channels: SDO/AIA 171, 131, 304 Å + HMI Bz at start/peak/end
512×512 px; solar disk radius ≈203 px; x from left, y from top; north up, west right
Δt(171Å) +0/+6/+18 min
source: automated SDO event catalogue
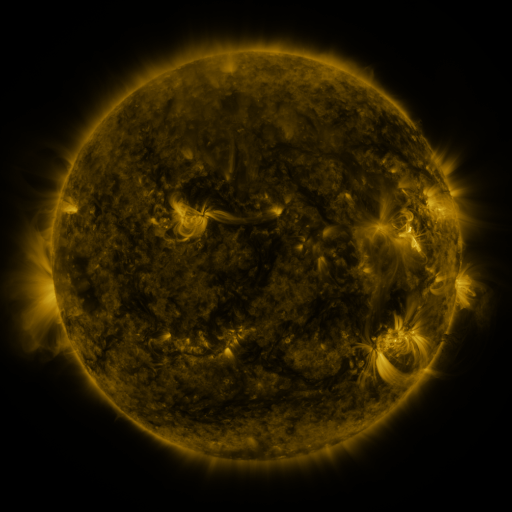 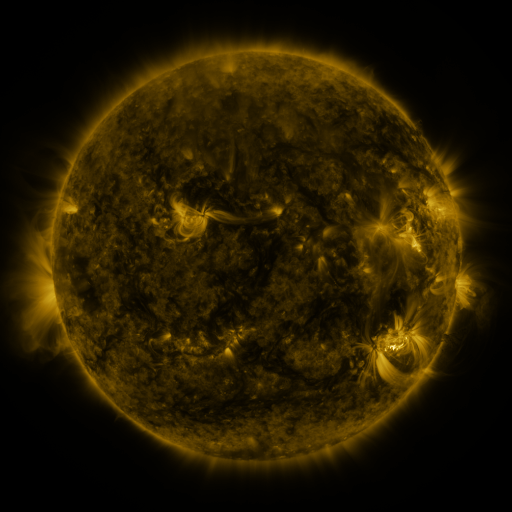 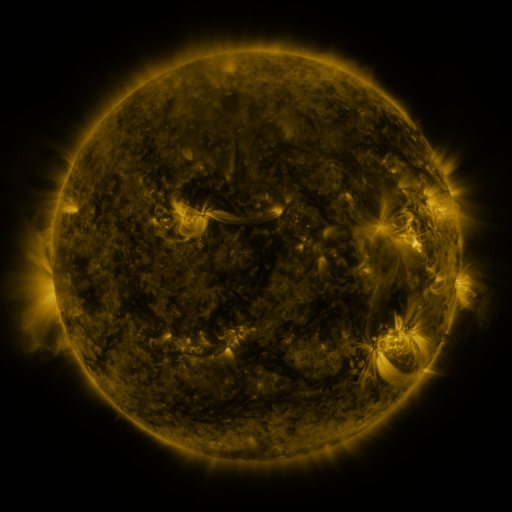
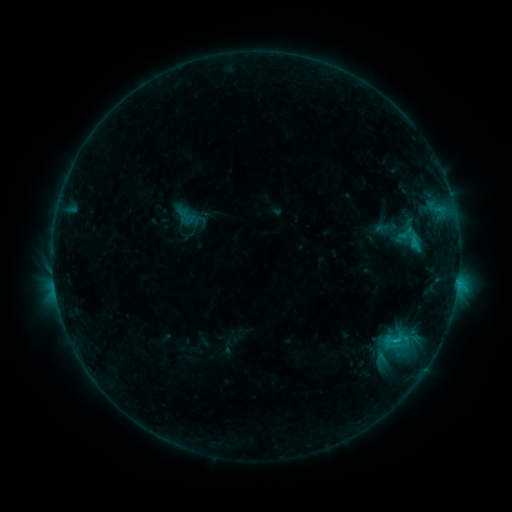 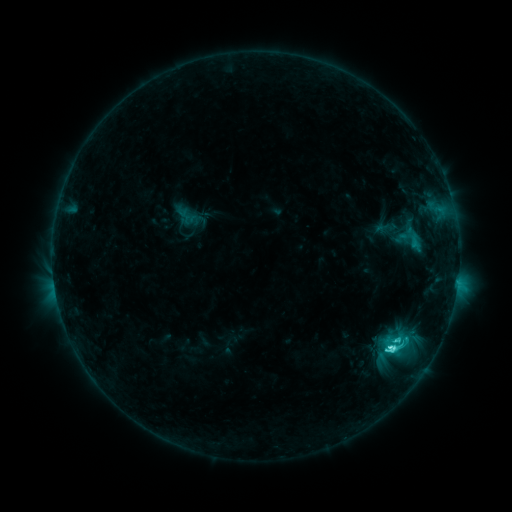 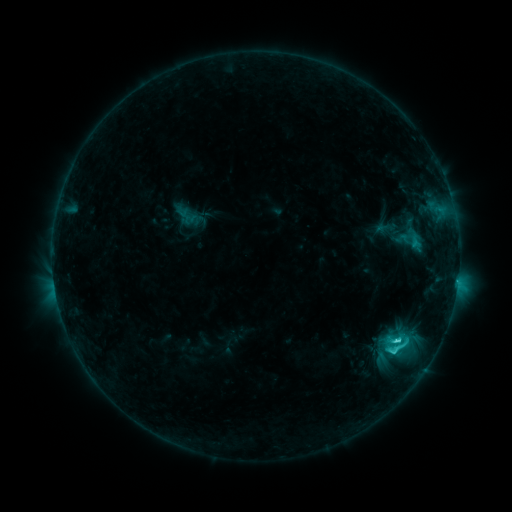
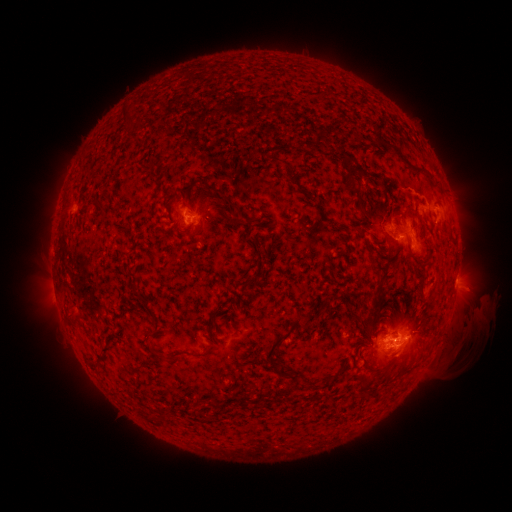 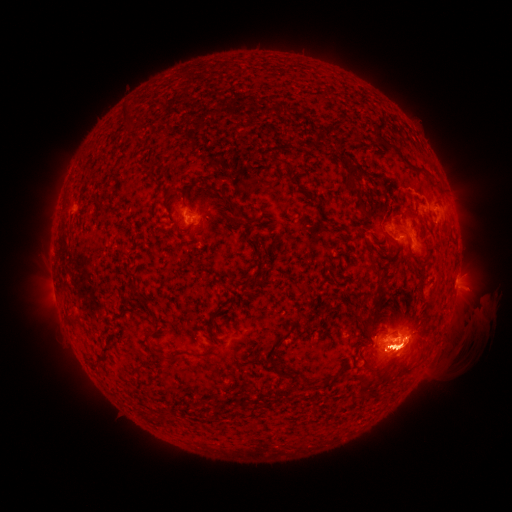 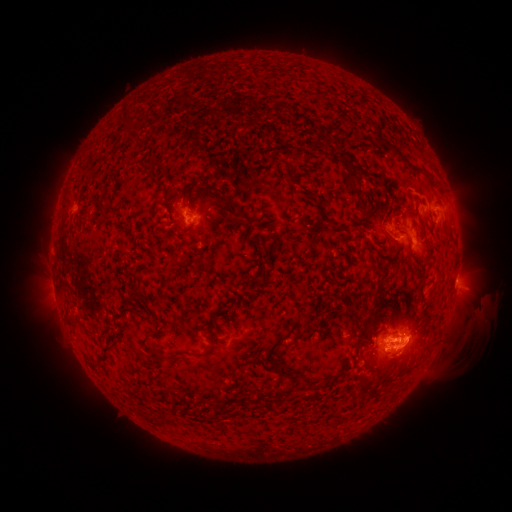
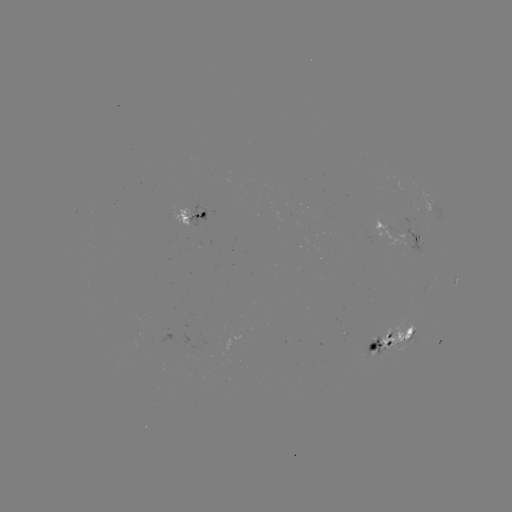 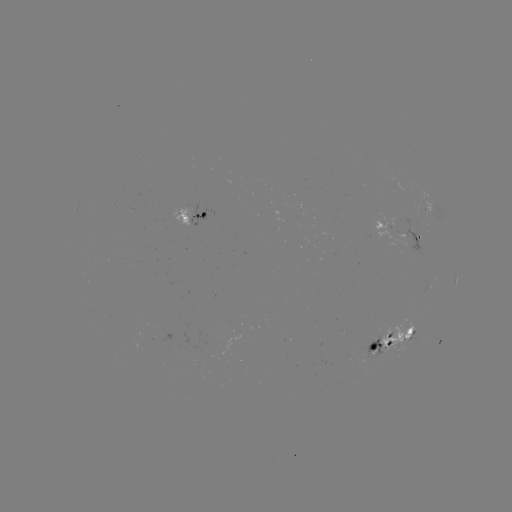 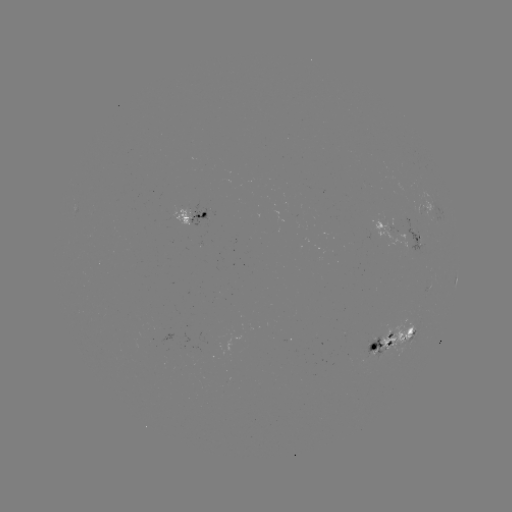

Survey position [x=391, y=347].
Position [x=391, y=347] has C5.9 flare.